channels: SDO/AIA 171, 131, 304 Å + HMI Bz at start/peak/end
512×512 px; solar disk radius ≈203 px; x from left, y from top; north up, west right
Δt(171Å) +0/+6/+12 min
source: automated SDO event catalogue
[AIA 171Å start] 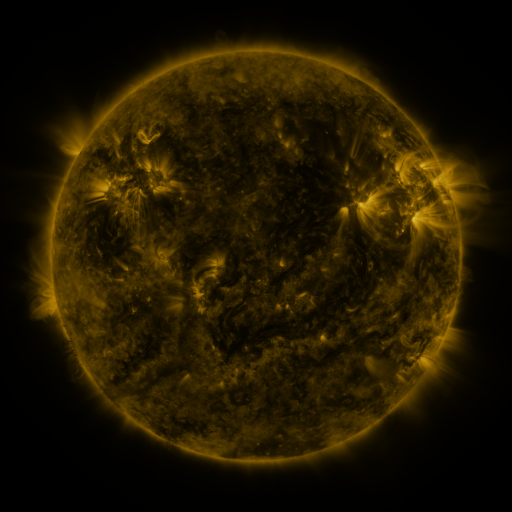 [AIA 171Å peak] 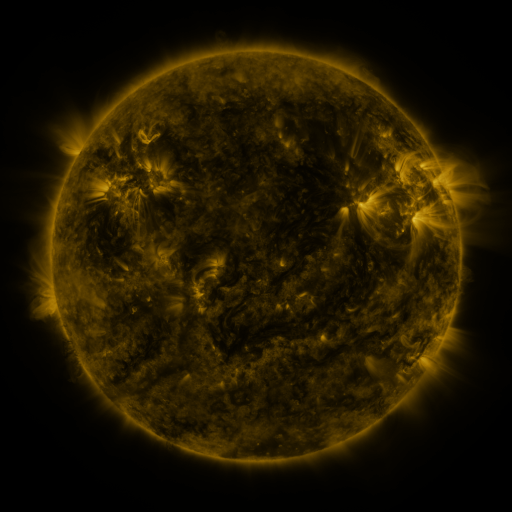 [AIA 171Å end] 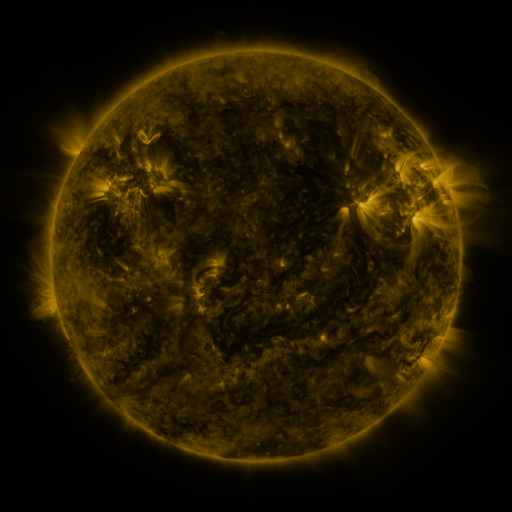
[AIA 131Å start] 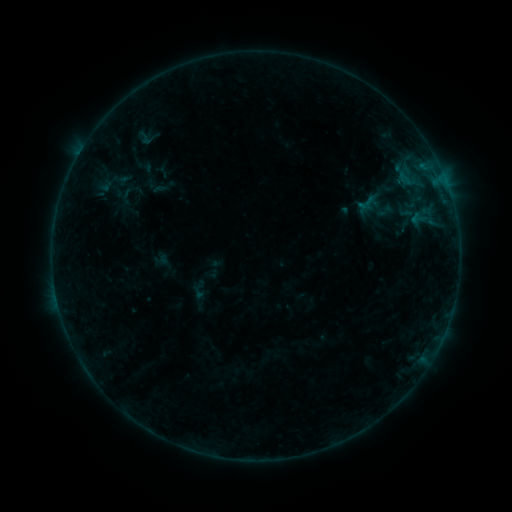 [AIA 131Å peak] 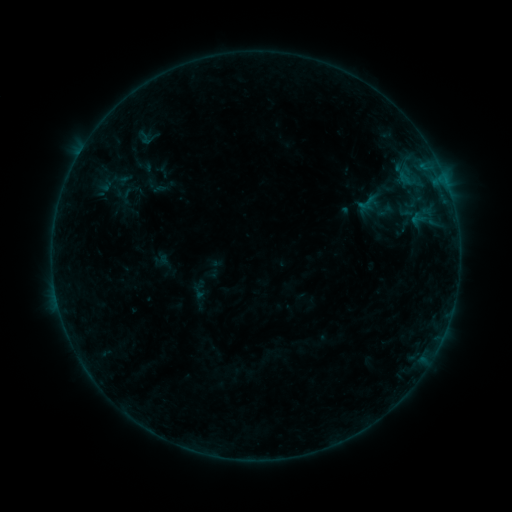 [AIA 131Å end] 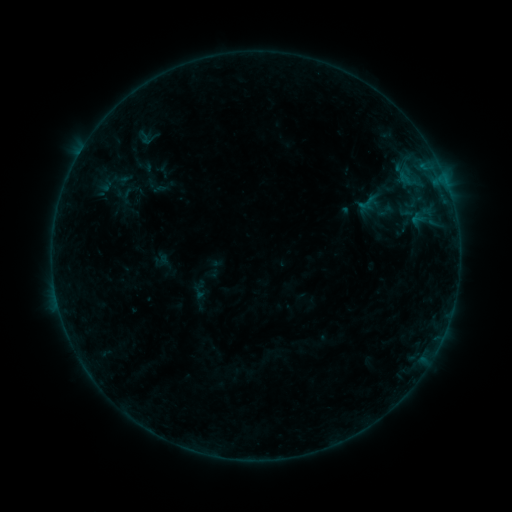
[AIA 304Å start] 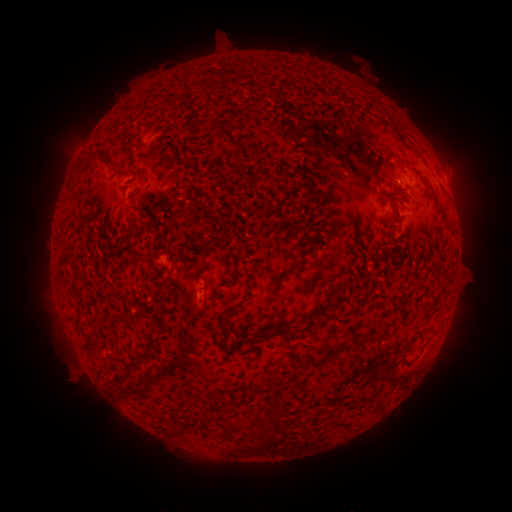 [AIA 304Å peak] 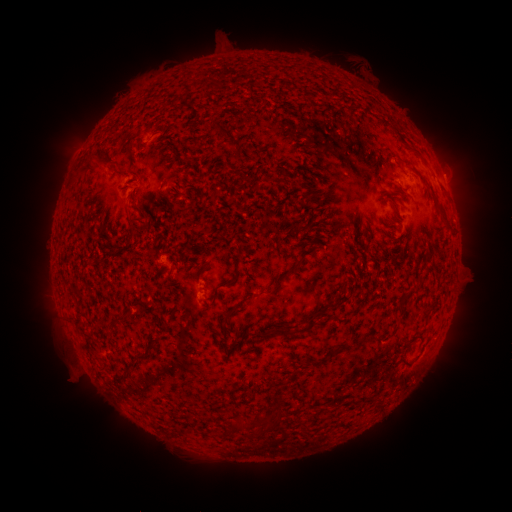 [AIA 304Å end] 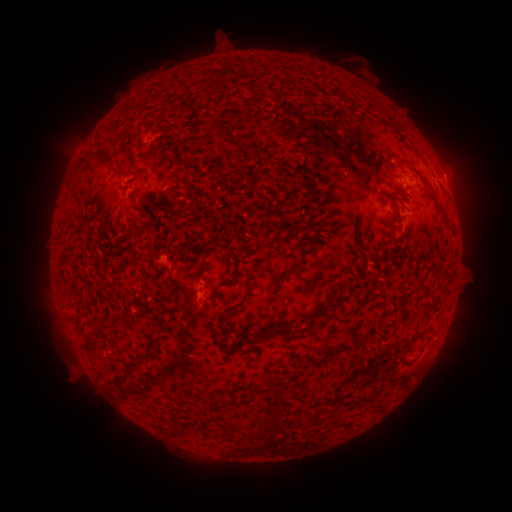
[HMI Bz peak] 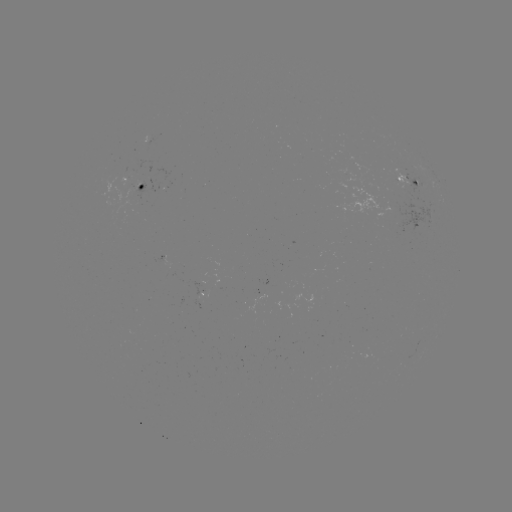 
no catalogued flare and no flagged EUV brightening in this window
